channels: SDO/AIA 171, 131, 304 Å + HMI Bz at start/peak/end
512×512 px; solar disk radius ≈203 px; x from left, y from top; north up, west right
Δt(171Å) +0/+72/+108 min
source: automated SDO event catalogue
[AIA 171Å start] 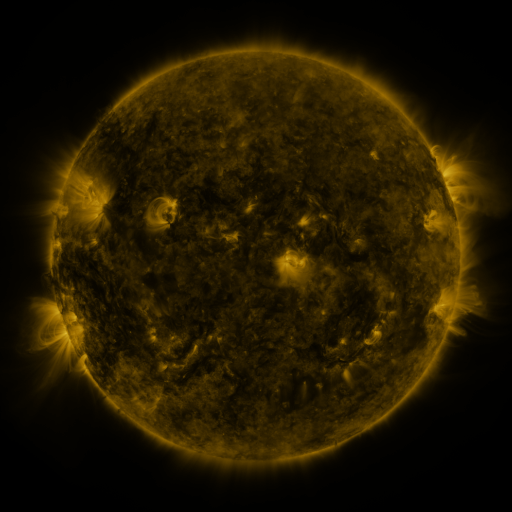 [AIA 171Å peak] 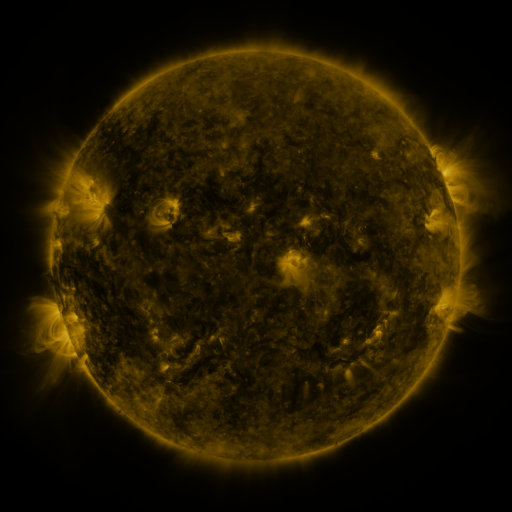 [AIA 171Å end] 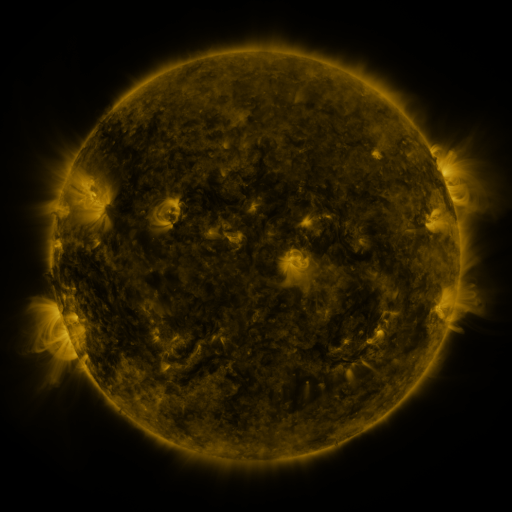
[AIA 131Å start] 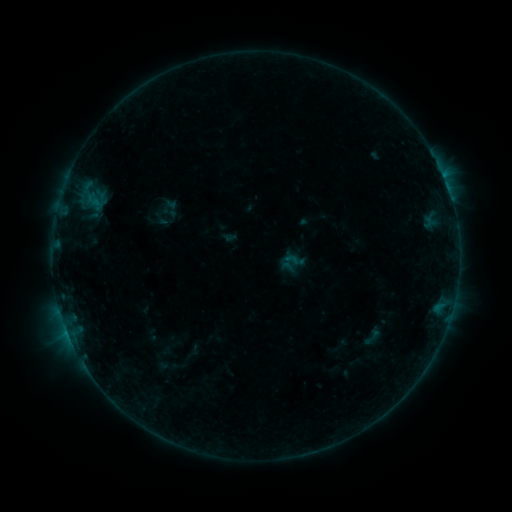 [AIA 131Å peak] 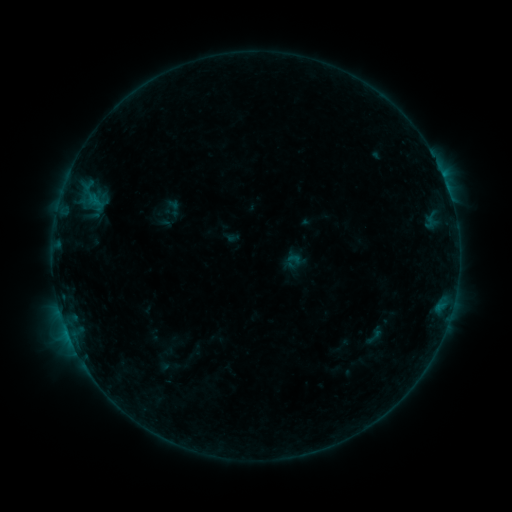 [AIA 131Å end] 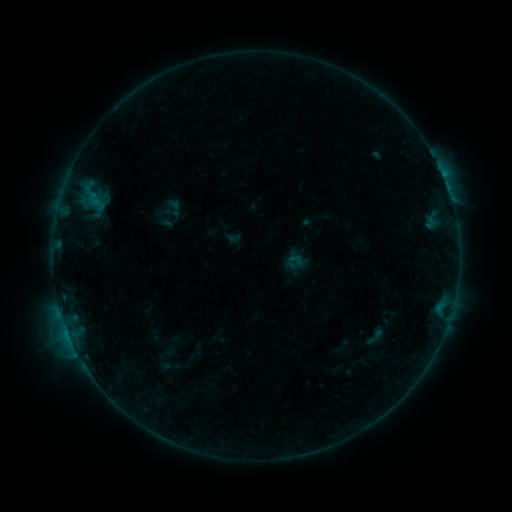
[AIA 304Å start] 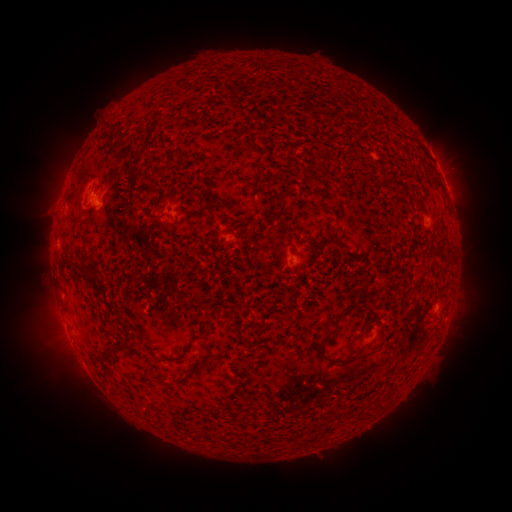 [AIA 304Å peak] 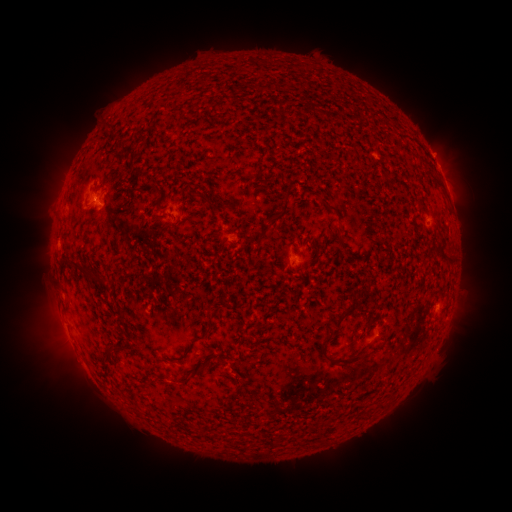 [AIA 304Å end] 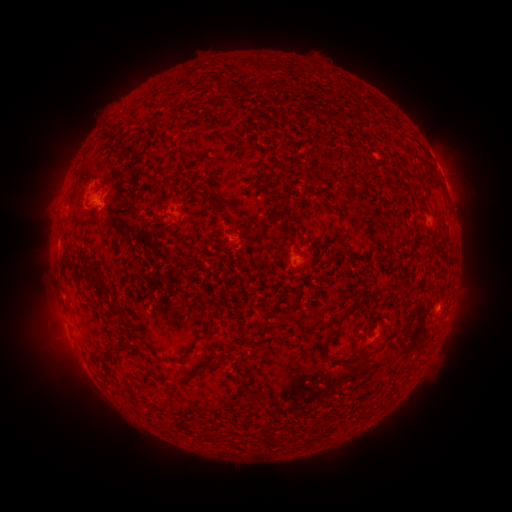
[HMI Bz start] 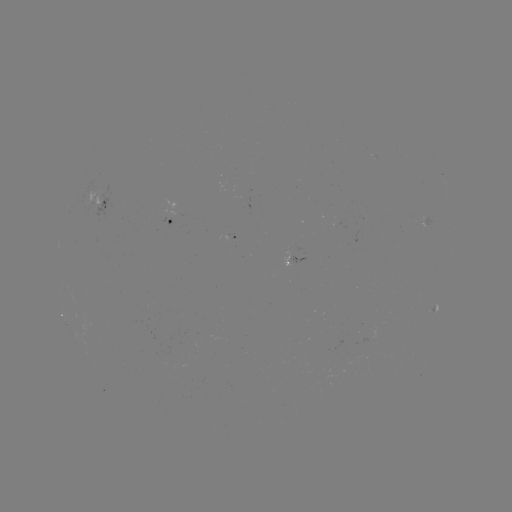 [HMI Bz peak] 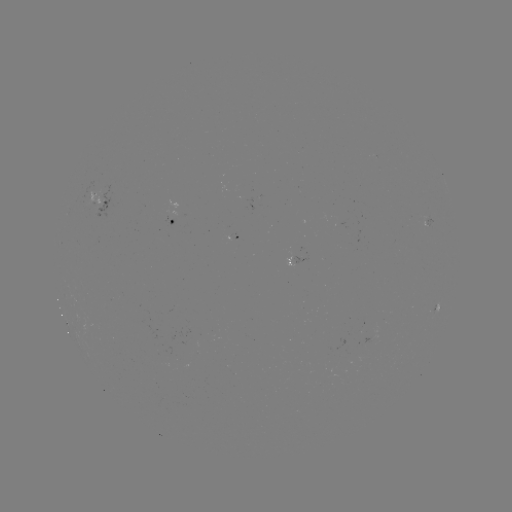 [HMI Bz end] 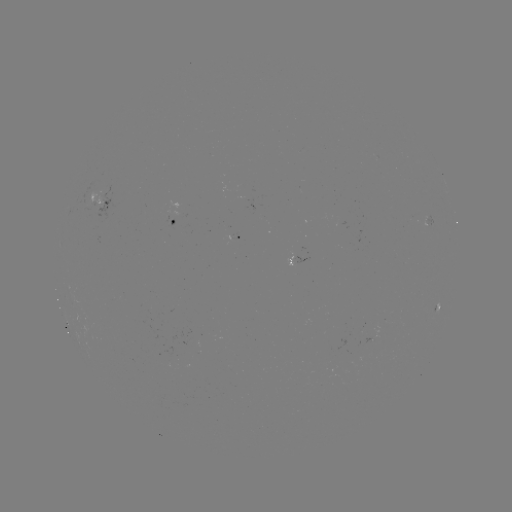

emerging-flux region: [336, 337, 347, 350]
